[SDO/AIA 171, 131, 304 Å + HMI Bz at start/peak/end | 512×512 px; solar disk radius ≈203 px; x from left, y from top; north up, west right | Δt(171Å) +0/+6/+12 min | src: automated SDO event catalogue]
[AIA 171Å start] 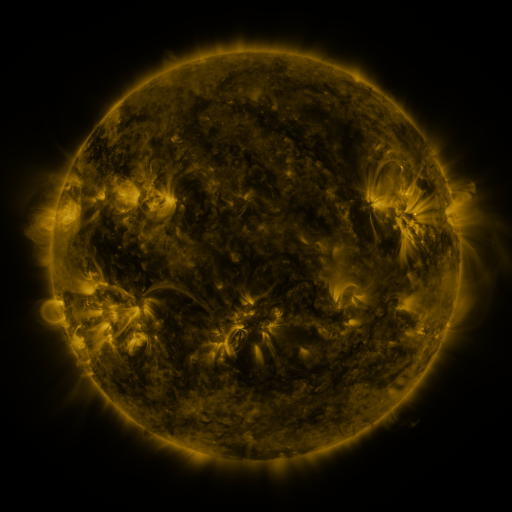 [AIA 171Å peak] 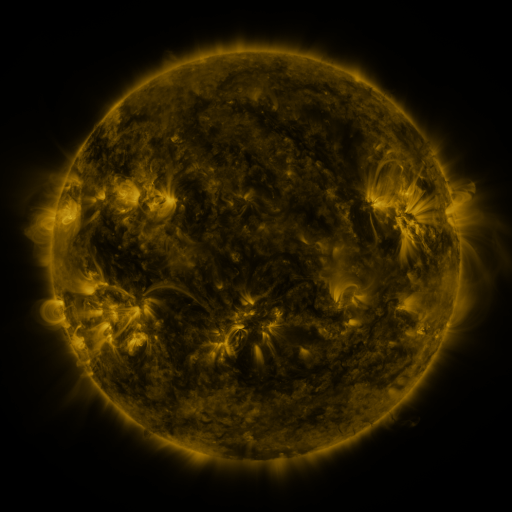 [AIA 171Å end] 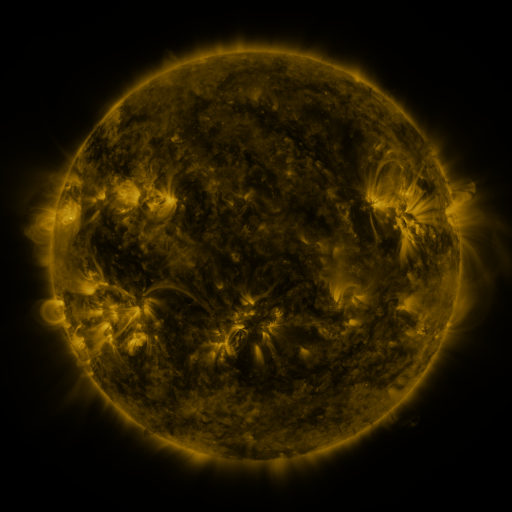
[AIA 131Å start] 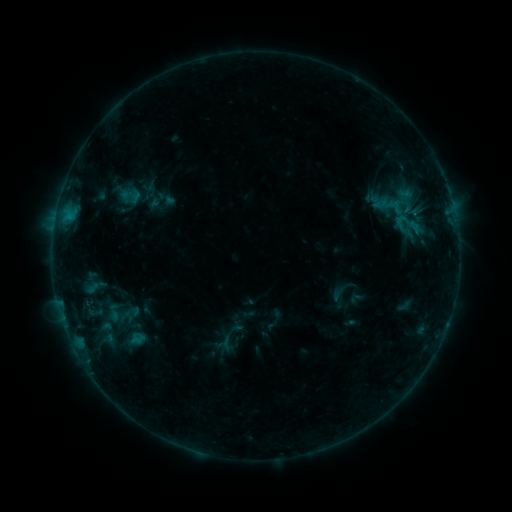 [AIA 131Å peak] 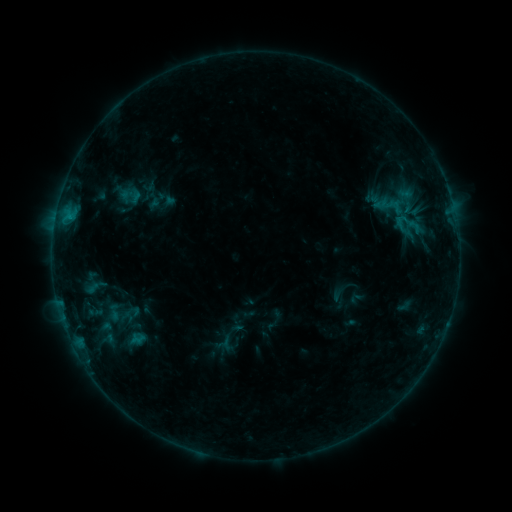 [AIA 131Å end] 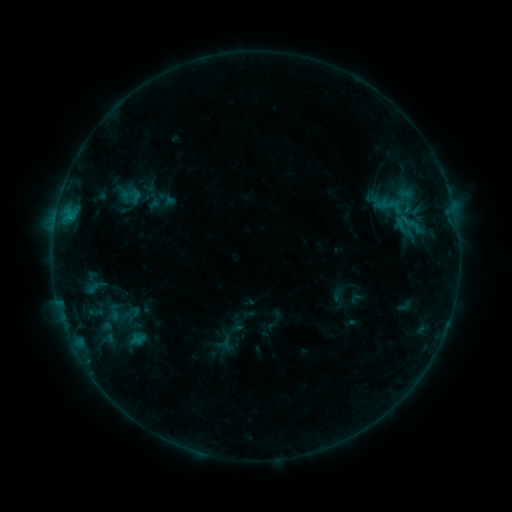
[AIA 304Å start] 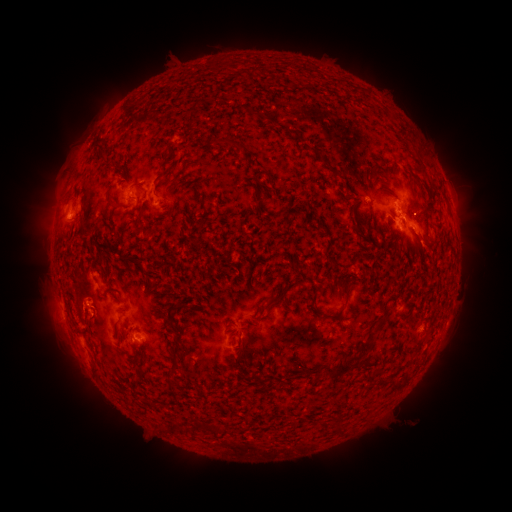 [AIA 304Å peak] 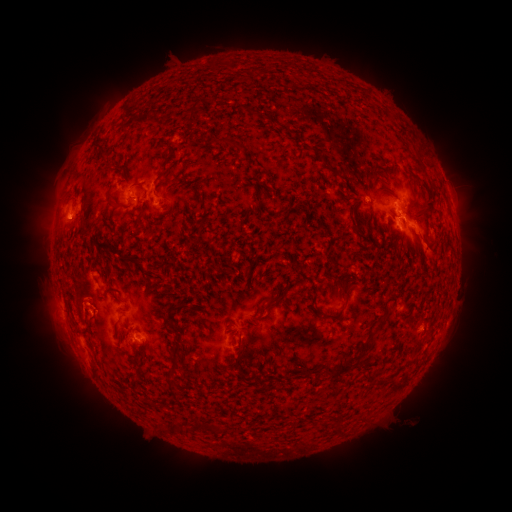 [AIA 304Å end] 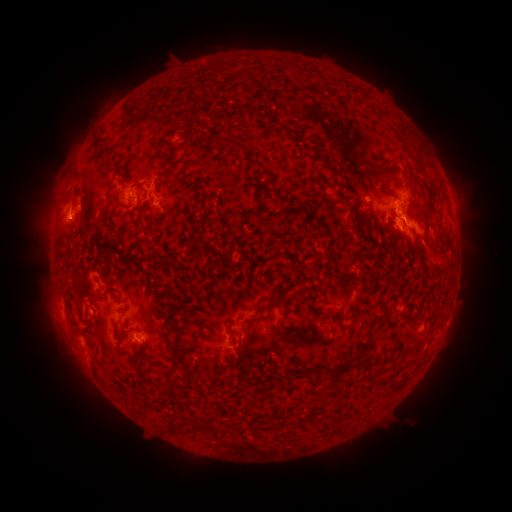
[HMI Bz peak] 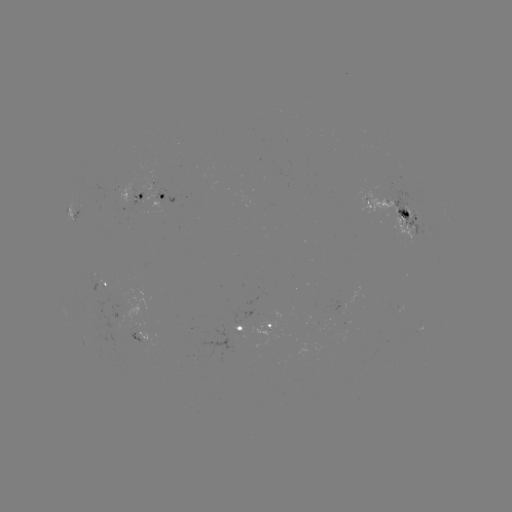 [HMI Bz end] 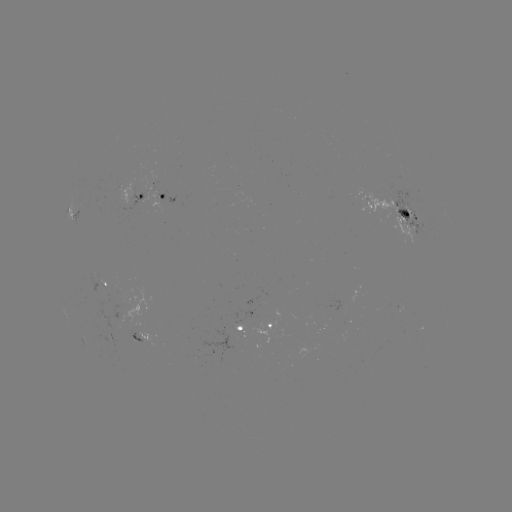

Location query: eruption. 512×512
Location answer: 429,253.